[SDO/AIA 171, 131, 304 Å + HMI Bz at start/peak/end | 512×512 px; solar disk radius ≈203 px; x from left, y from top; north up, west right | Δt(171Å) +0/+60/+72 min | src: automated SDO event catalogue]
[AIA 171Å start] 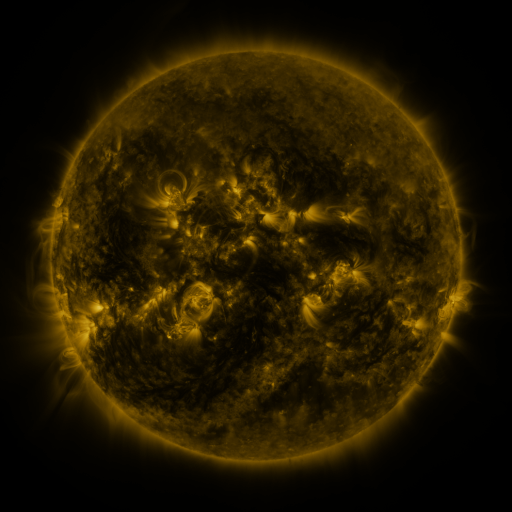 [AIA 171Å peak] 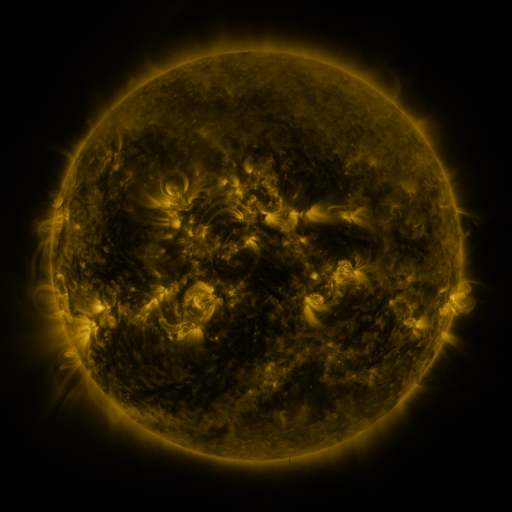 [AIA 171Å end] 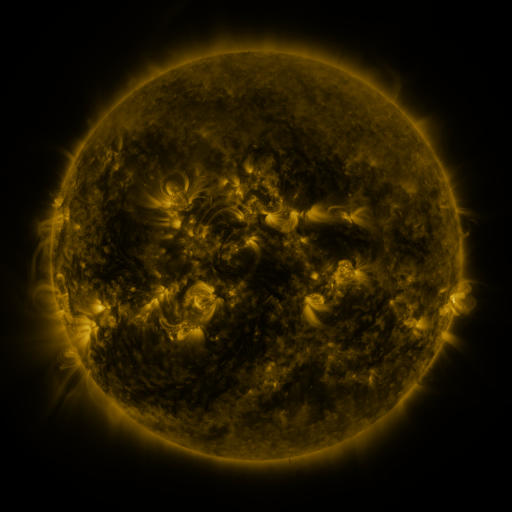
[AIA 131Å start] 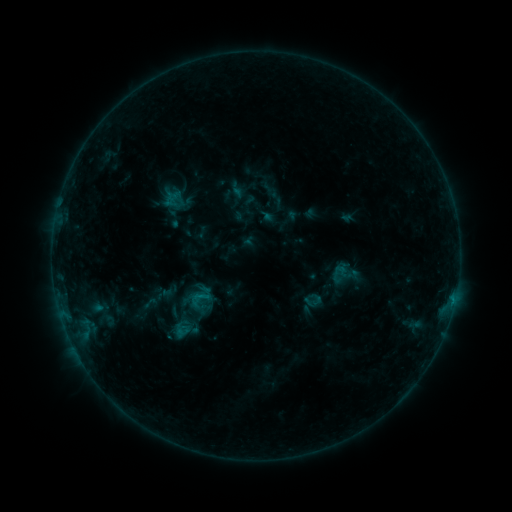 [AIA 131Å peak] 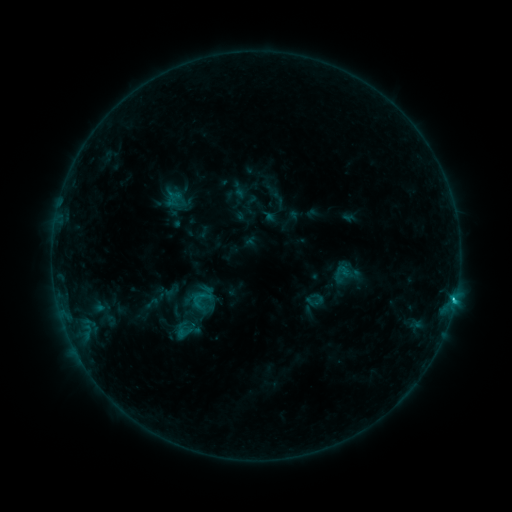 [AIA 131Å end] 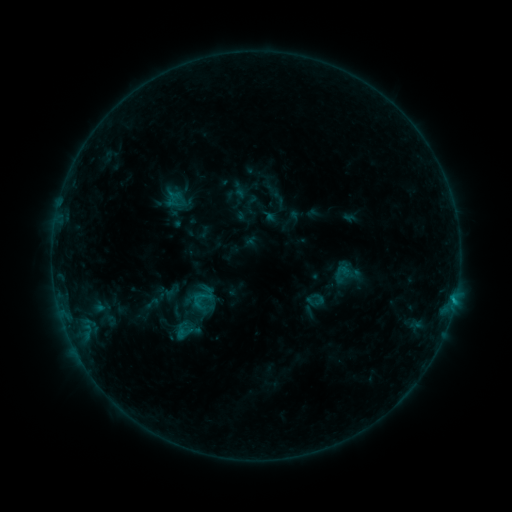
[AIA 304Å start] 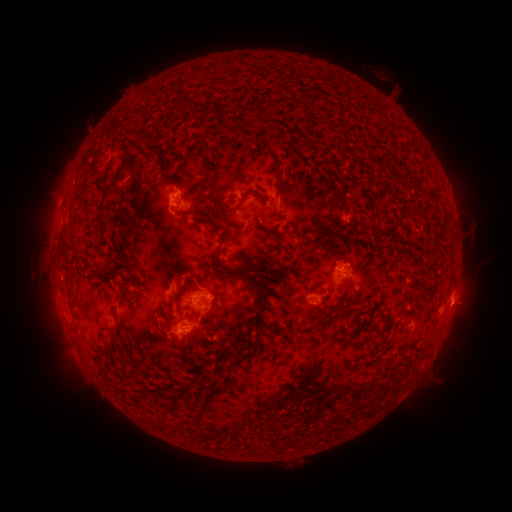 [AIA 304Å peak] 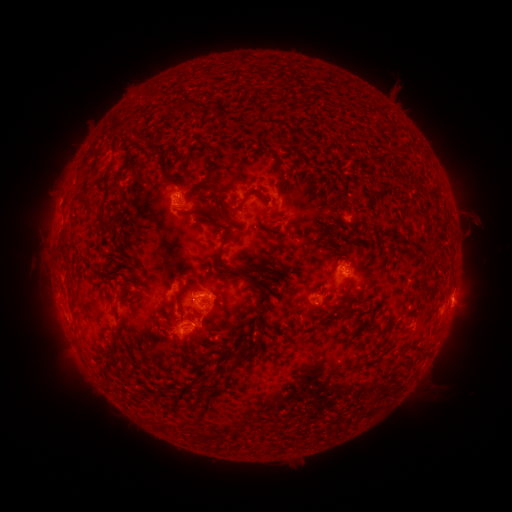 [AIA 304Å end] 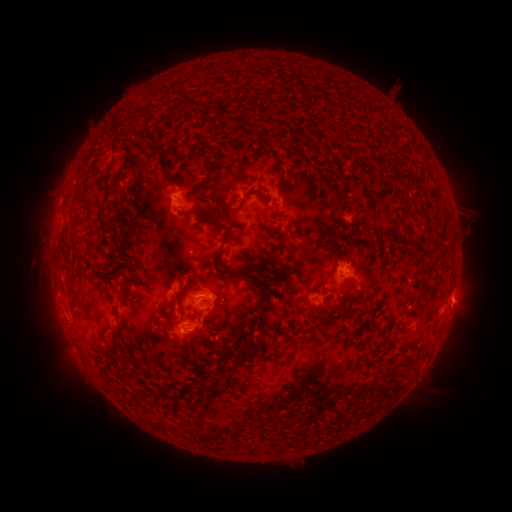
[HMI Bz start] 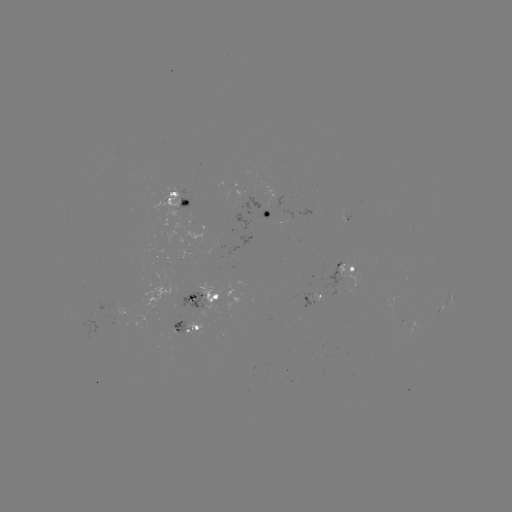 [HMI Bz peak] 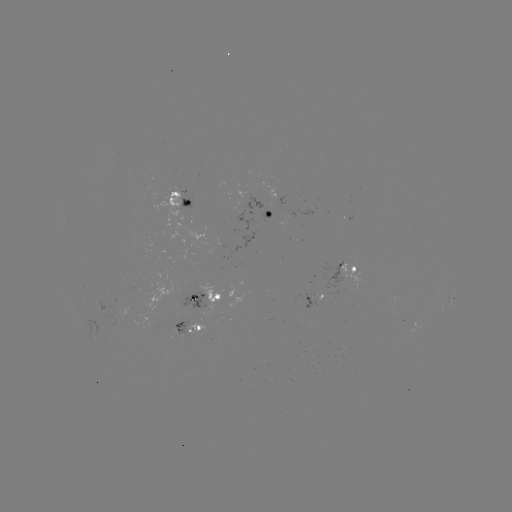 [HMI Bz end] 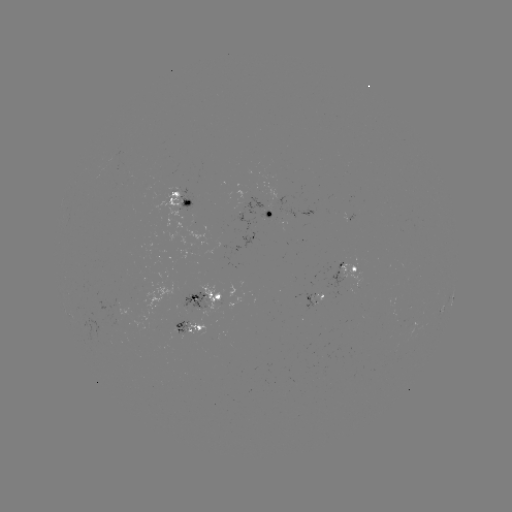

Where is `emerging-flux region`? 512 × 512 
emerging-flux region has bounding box [178, 292, 208, 310].